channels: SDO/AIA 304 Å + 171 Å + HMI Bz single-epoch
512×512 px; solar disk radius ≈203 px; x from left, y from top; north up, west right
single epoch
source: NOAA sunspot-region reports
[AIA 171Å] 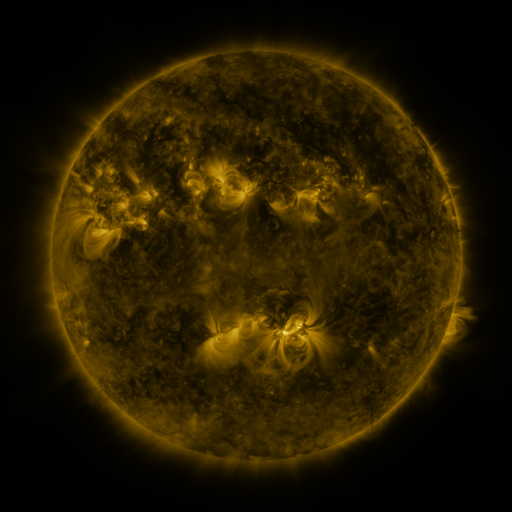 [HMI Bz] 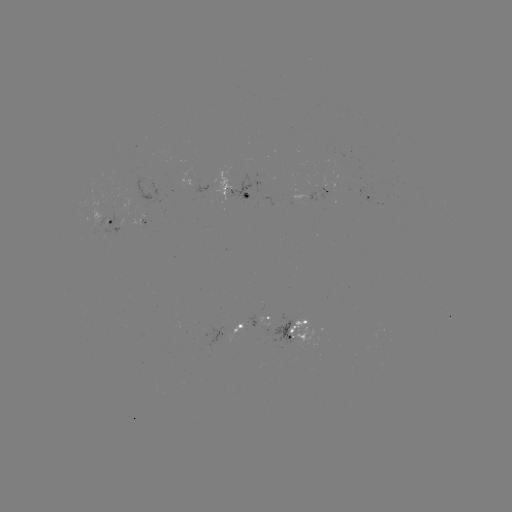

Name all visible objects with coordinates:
spotted active region: (206, 188)
spotted active region: (239, 191)
spotted active region: (322, 195)
spotted active region: (367, 195)
spotted active region: (111, 219)
spotted active region: (146, 219)
spotted active region: (256, 321)
spotted active region: (301, 331)
